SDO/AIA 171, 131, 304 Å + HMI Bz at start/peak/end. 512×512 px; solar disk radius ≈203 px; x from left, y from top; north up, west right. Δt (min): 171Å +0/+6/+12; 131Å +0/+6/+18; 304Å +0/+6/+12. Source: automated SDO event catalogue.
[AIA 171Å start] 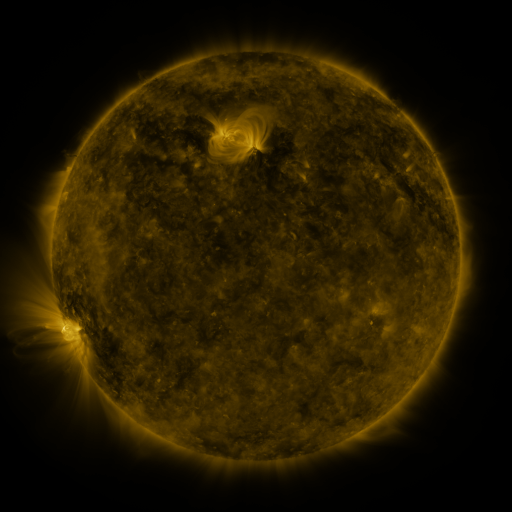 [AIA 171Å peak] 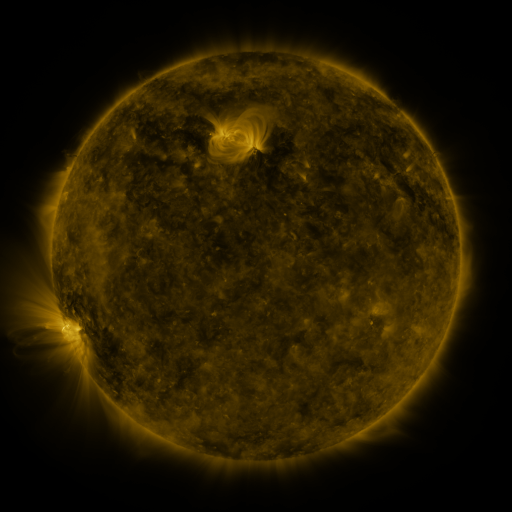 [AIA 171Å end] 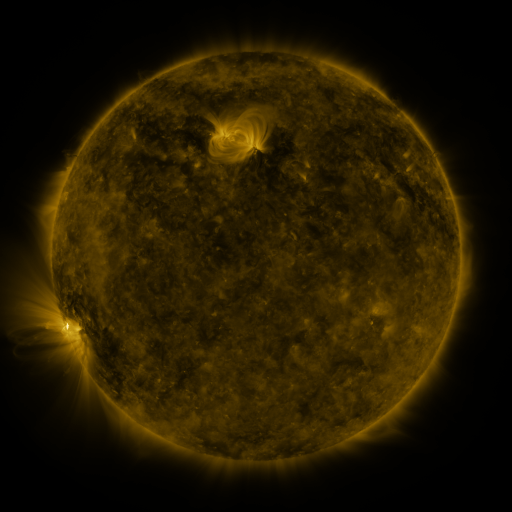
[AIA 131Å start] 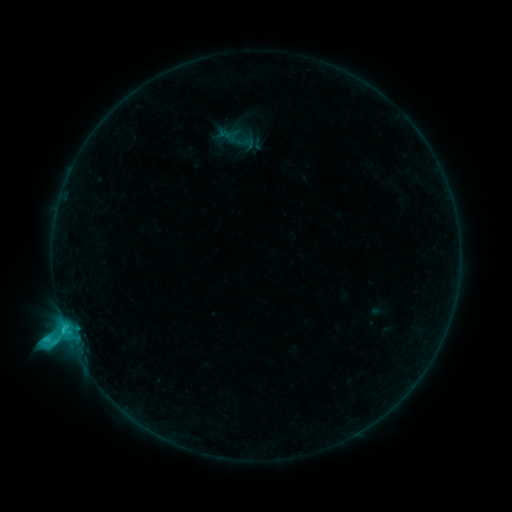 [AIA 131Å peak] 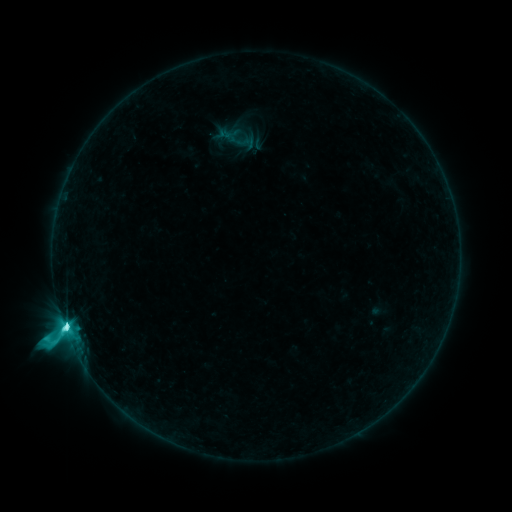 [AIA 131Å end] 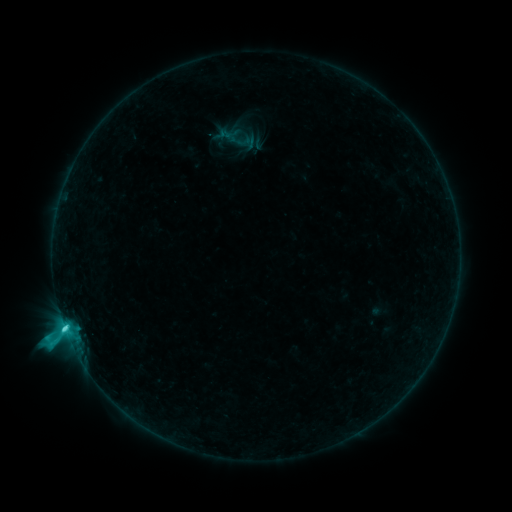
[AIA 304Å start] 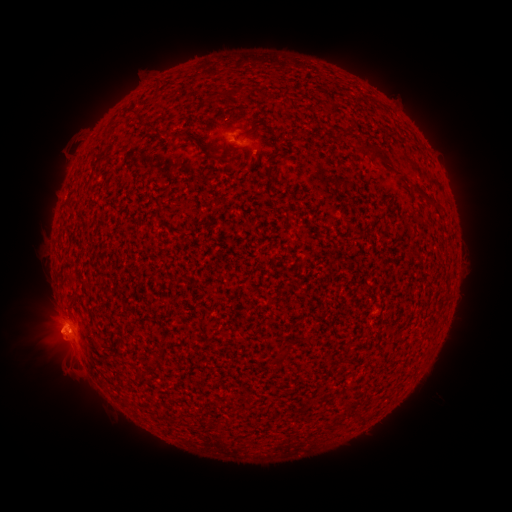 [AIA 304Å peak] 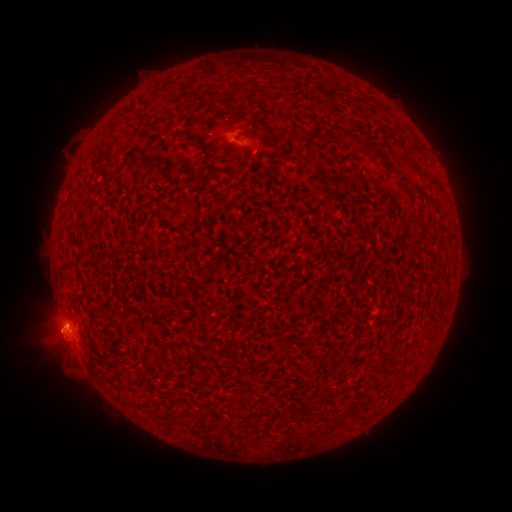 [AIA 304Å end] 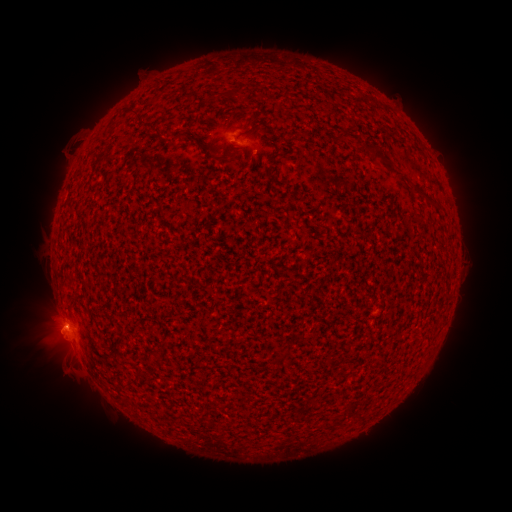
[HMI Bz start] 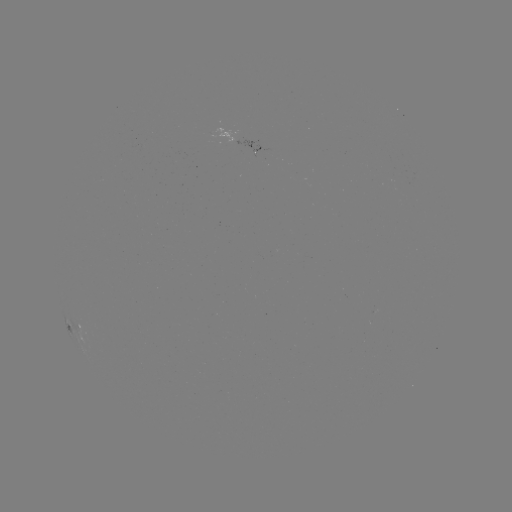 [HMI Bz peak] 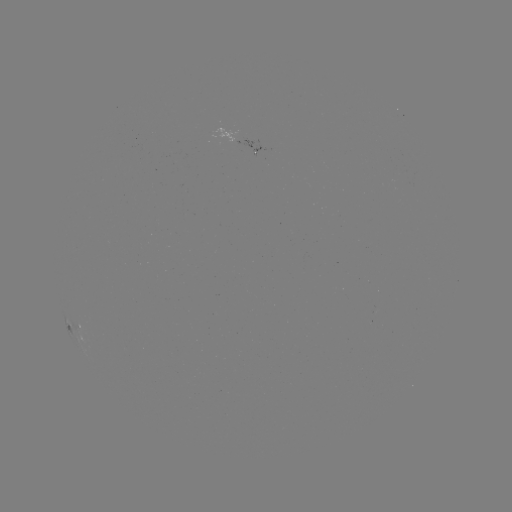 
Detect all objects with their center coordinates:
C9.7 flare: (62, 319)
